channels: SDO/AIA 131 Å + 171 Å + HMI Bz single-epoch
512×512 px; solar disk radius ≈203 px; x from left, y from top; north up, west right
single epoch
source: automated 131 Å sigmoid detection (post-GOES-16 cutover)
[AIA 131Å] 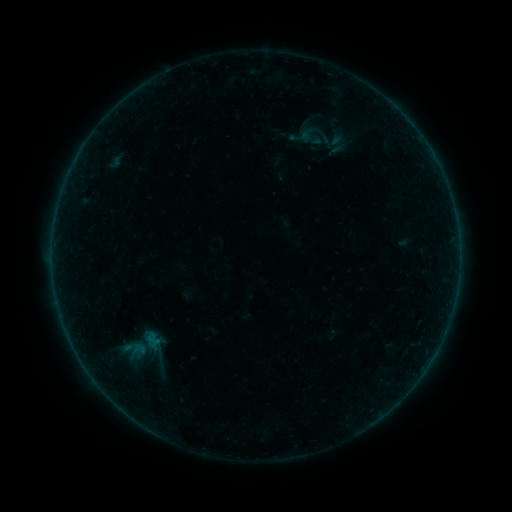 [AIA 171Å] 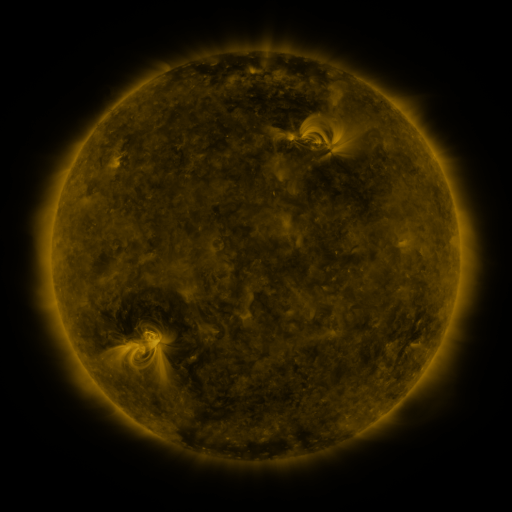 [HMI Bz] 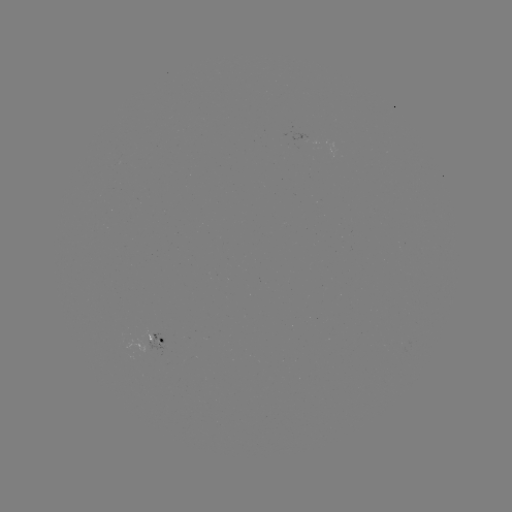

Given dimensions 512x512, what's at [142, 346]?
sigmoid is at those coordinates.